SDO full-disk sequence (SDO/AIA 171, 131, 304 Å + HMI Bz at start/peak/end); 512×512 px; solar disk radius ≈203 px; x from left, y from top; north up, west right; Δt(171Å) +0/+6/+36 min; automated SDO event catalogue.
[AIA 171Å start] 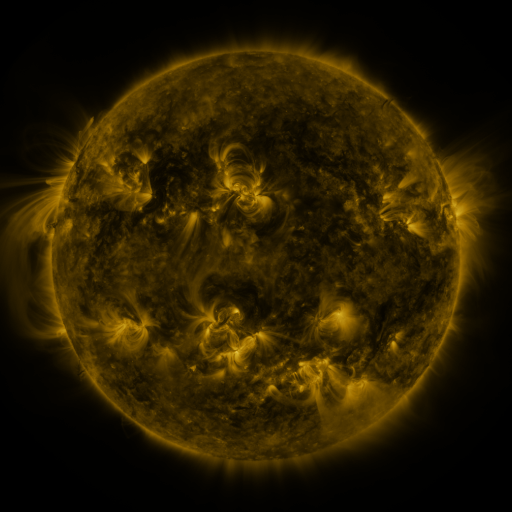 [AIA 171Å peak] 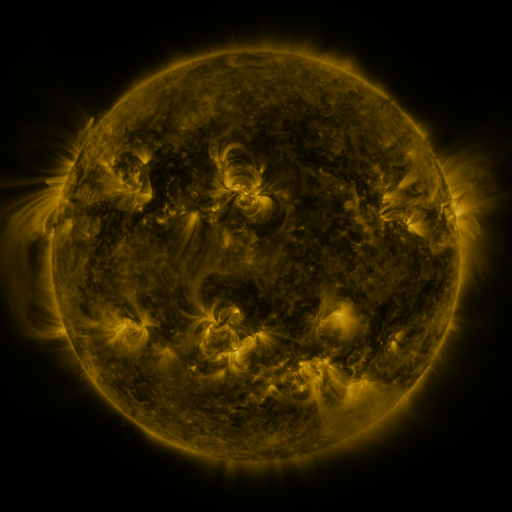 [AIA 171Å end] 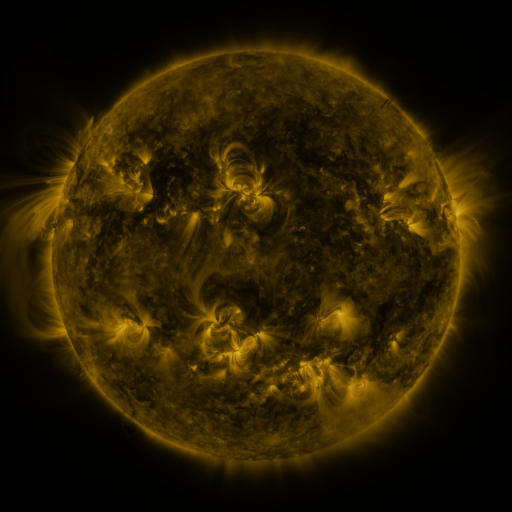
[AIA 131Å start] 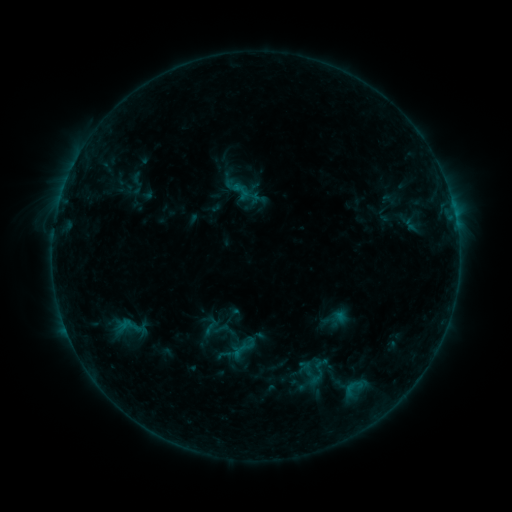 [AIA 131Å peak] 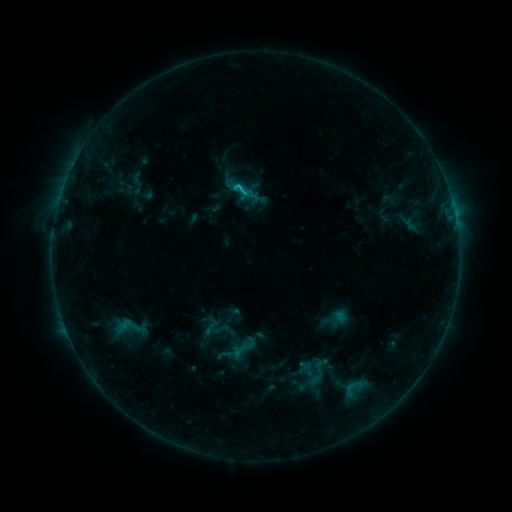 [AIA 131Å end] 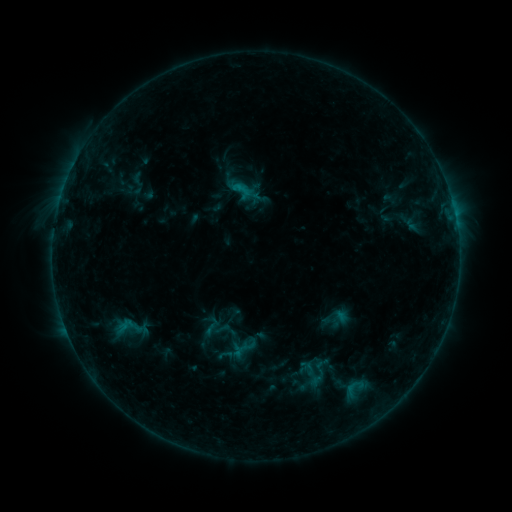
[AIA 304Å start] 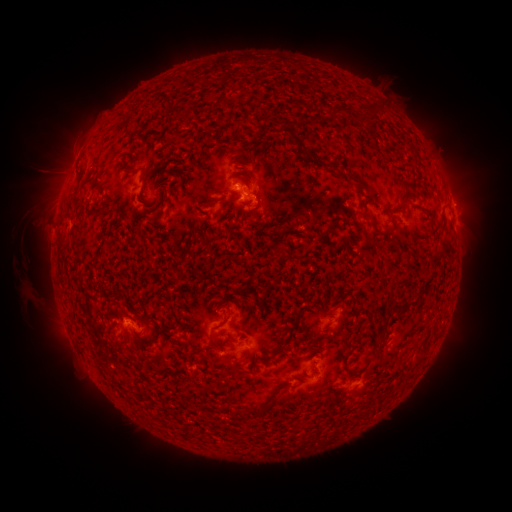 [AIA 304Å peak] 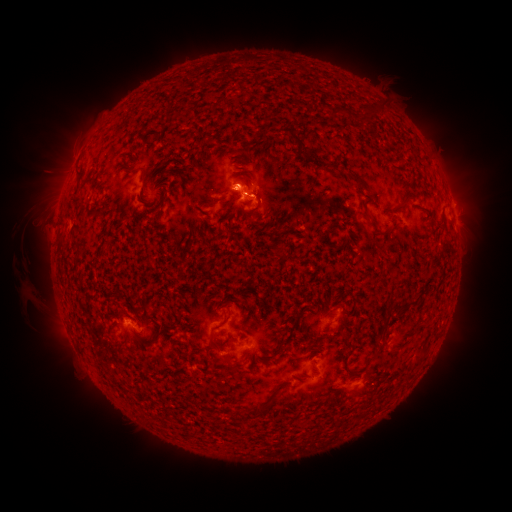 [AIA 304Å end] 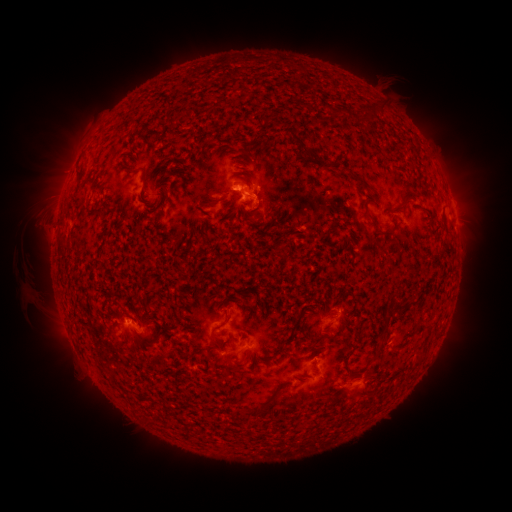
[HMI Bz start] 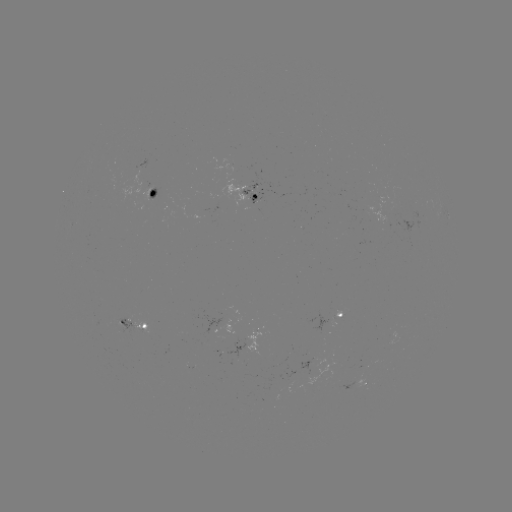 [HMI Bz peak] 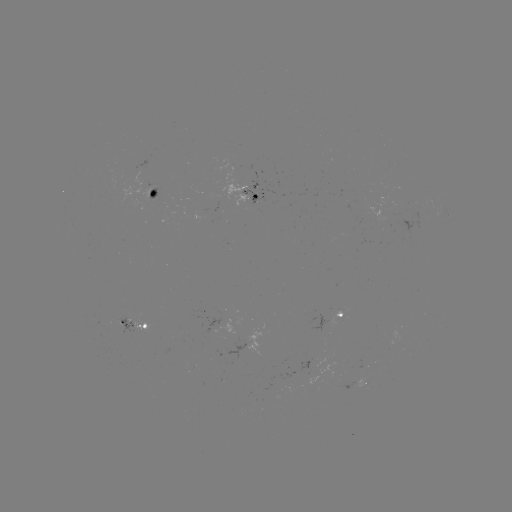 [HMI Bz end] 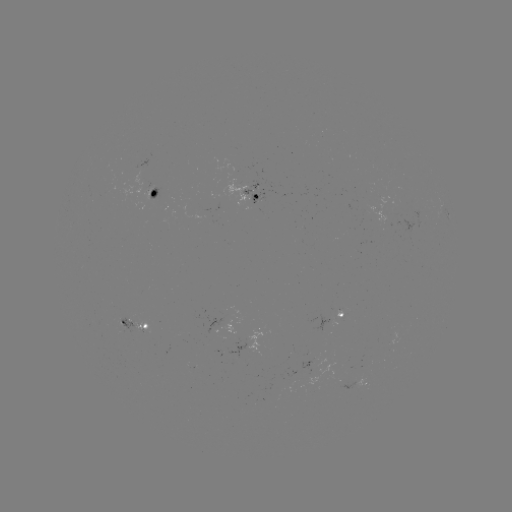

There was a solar flare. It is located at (239, 190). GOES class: C1.1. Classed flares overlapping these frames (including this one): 1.